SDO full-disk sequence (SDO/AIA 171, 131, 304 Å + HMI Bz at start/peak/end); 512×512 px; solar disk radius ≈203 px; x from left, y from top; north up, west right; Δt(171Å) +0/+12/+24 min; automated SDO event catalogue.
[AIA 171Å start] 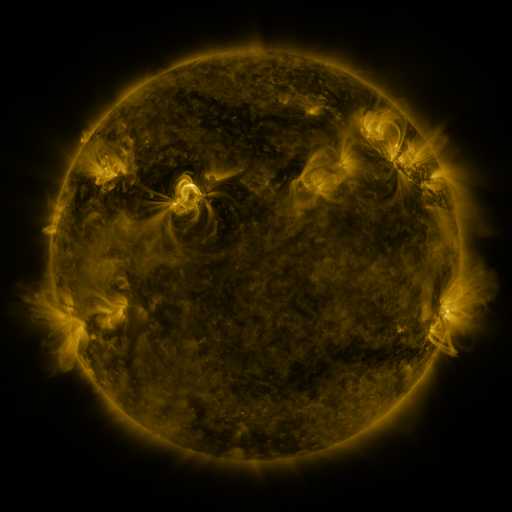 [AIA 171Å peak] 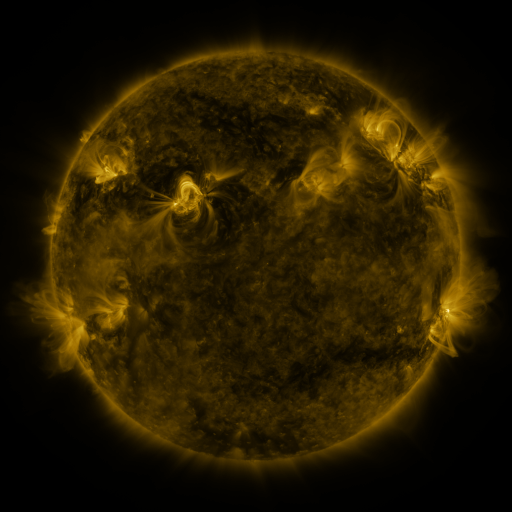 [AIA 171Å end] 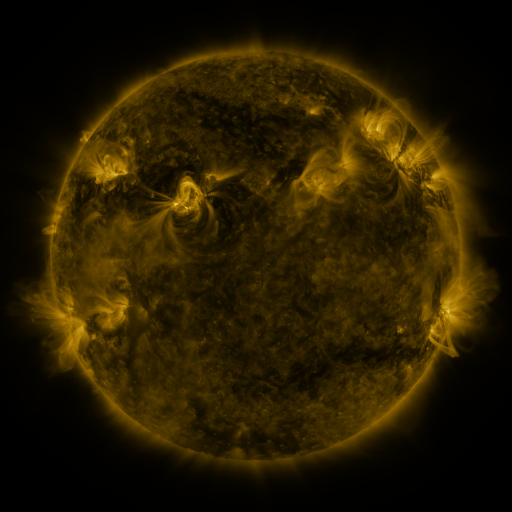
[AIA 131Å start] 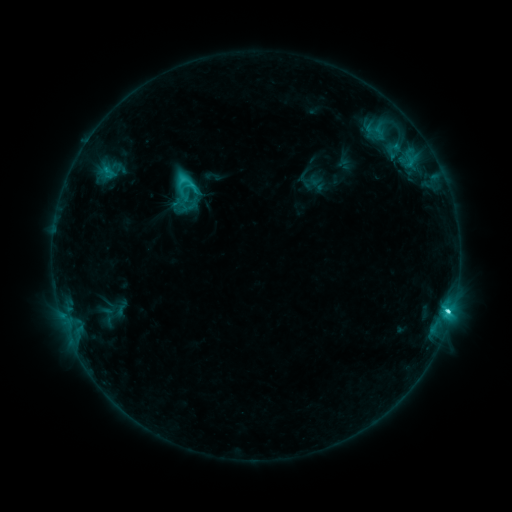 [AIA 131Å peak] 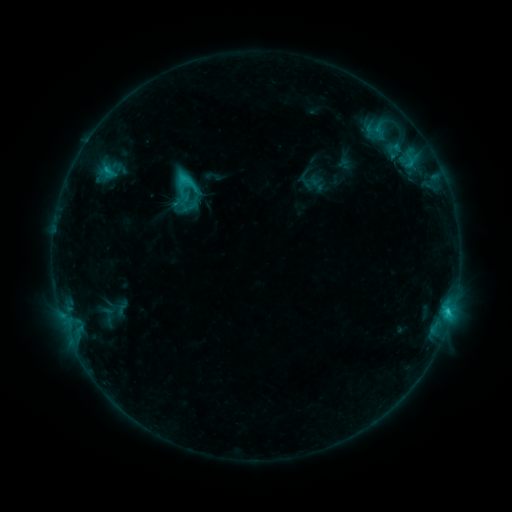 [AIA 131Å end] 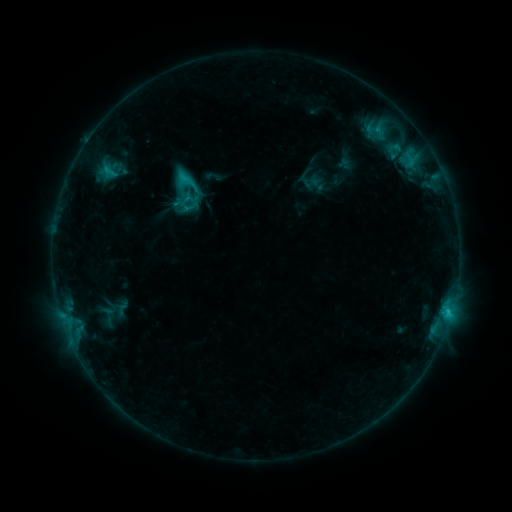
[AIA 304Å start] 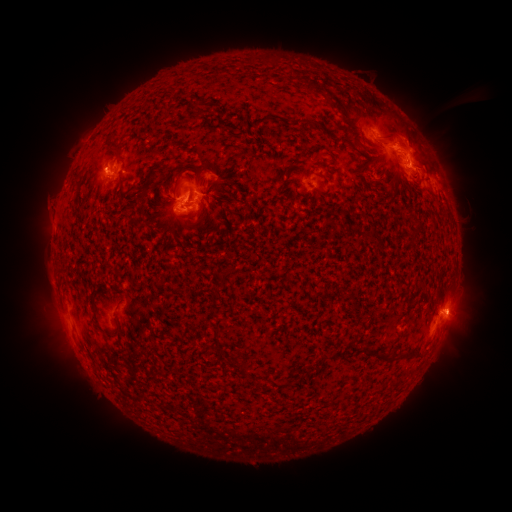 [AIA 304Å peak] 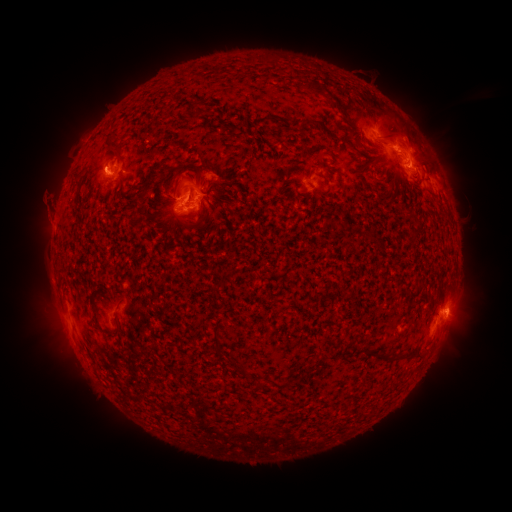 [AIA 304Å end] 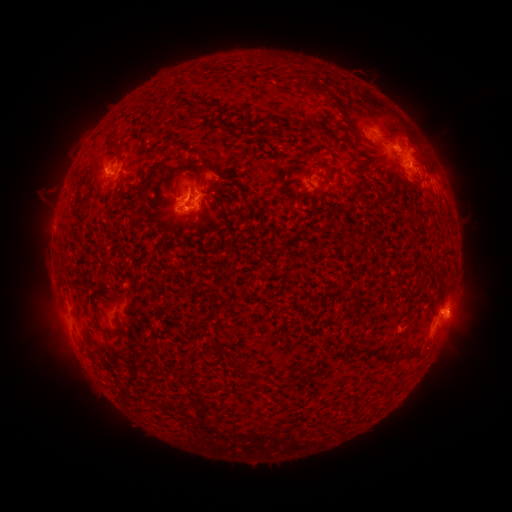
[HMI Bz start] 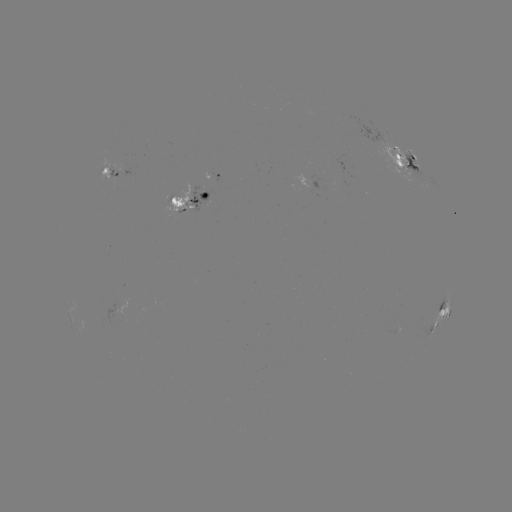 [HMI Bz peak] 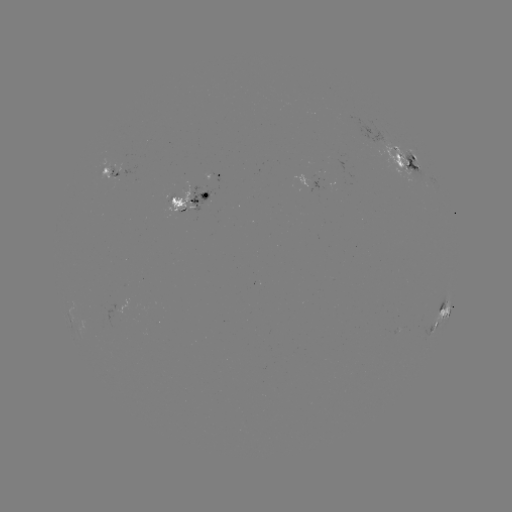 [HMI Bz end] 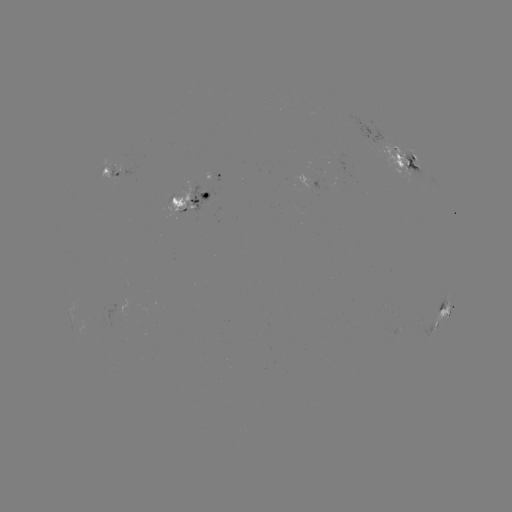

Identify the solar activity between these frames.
eruption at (42, 195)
